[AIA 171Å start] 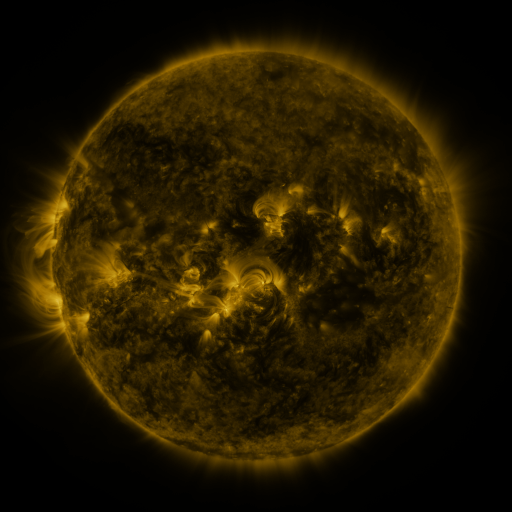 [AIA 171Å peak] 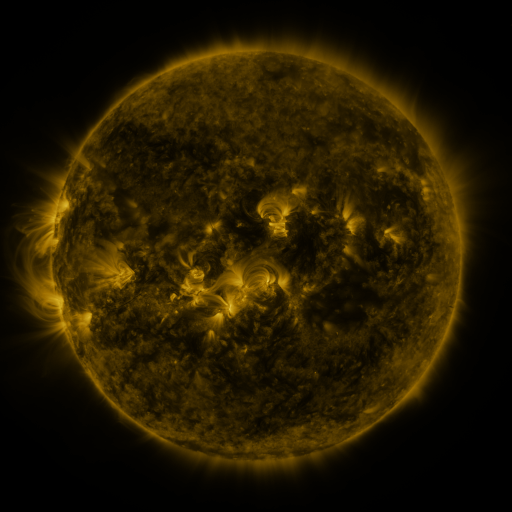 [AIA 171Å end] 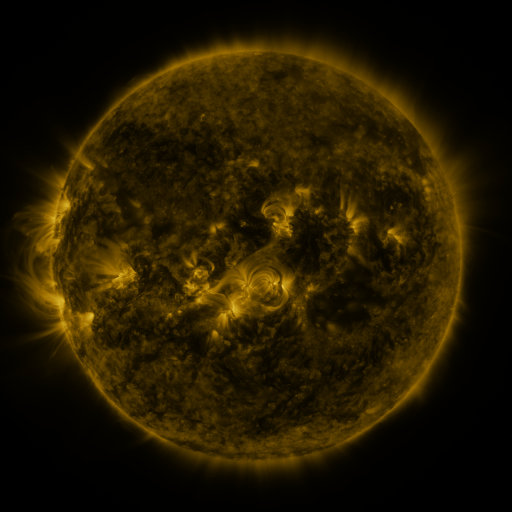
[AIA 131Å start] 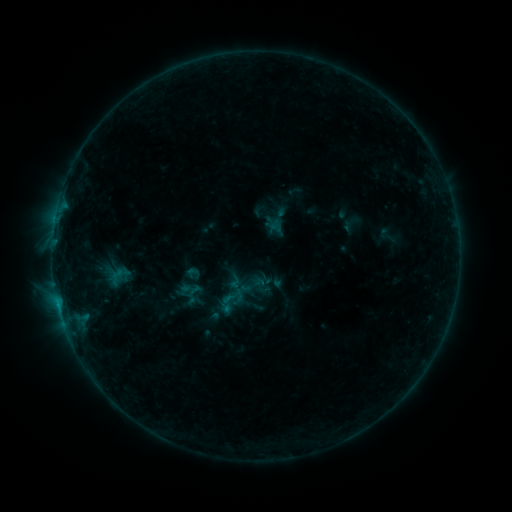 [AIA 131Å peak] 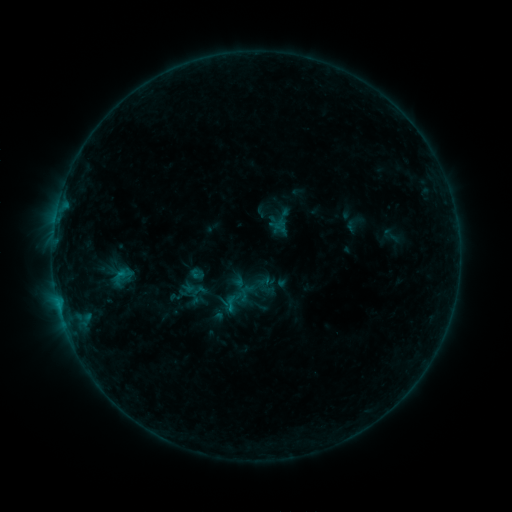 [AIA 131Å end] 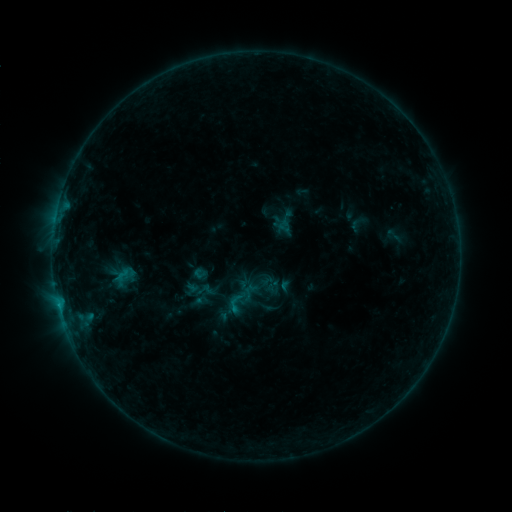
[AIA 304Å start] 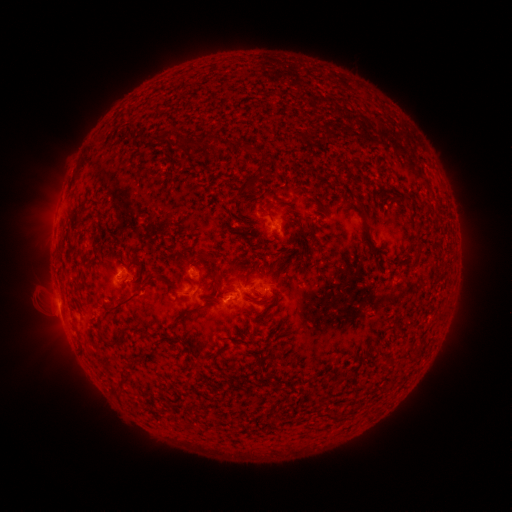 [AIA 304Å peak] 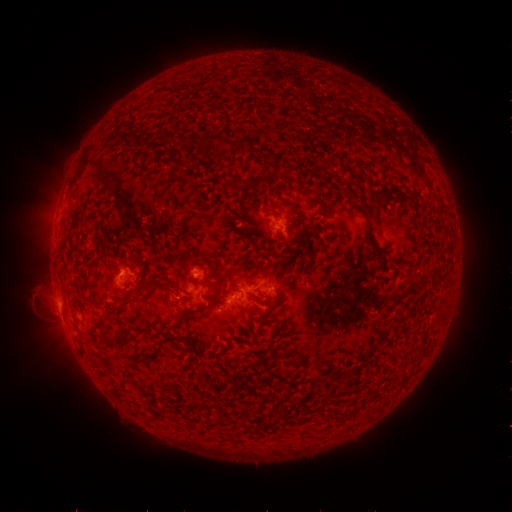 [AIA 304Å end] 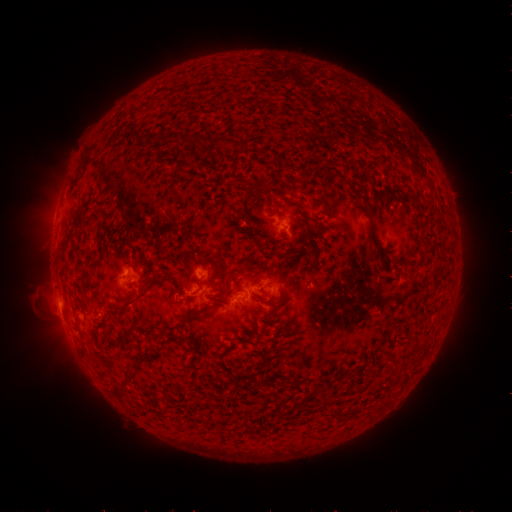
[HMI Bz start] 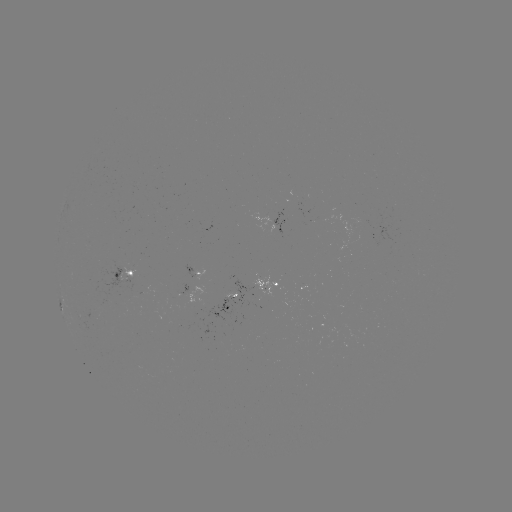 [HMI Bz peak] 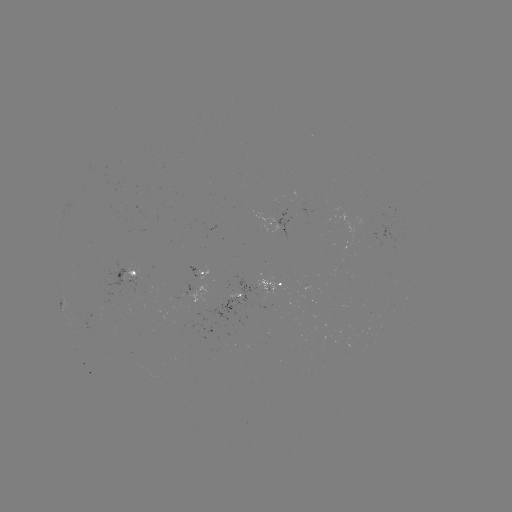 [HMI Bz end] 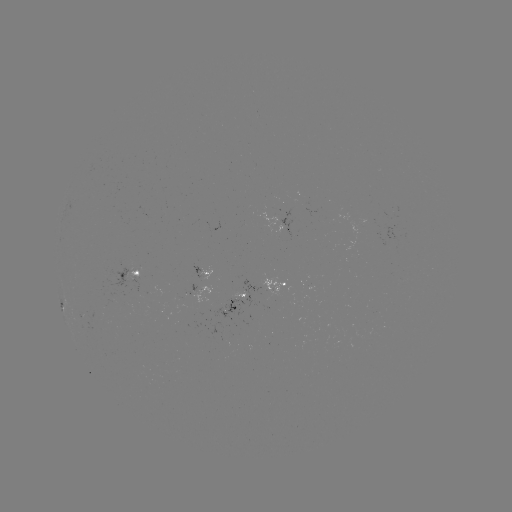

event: filament eruption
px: (179, 287)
